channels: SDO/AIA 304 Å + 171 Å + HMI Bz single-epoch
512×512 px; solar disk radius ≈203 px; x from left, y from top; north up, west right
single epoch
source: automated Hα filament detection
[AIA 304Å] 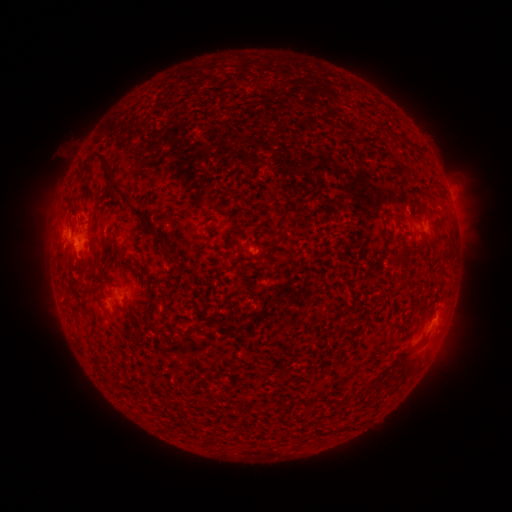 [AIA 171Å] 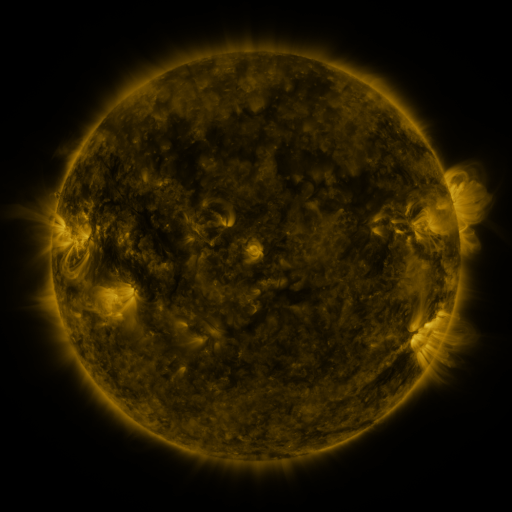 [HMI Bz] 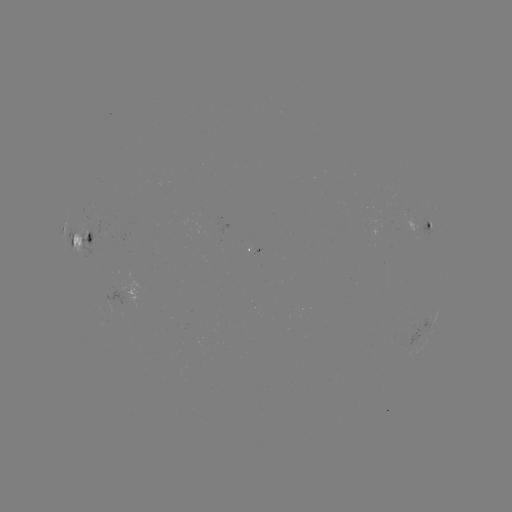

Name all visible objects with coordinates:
filament: (117, 190)
filament: (71, 206)
filament: (149, 228)
filament: (88, 239)
filament: (165, 249)
filament: (120, 253)
filament: (108, 374)
